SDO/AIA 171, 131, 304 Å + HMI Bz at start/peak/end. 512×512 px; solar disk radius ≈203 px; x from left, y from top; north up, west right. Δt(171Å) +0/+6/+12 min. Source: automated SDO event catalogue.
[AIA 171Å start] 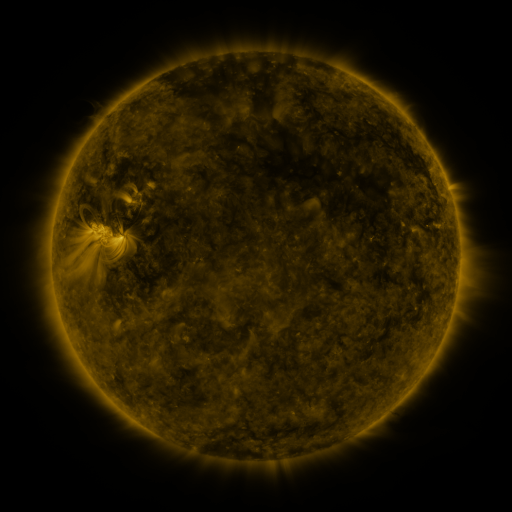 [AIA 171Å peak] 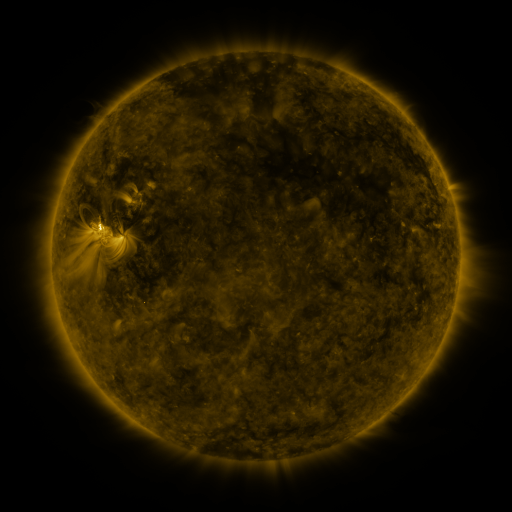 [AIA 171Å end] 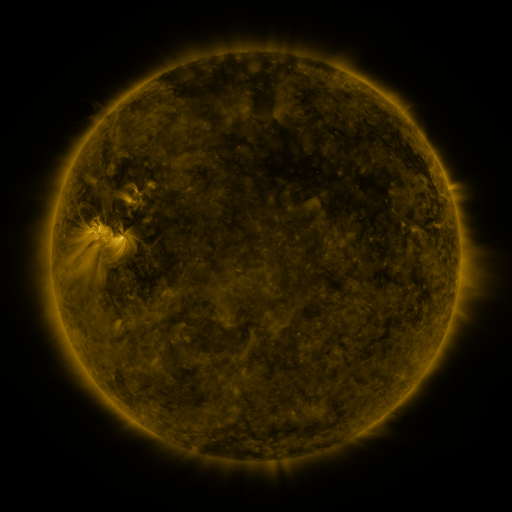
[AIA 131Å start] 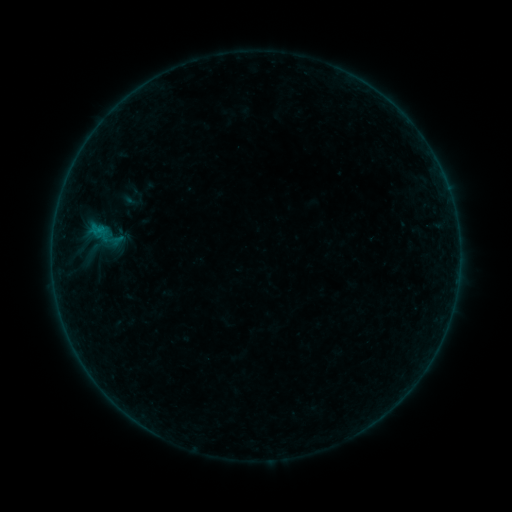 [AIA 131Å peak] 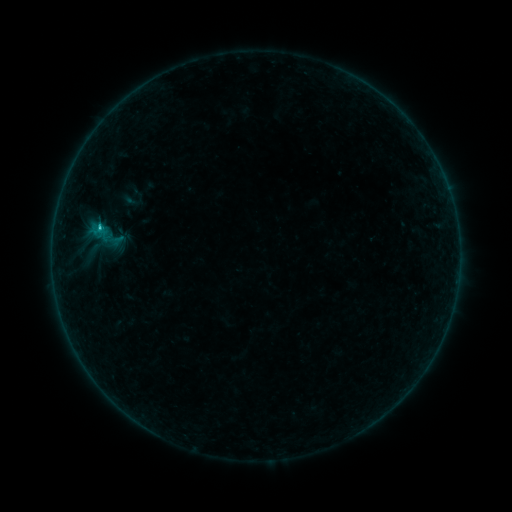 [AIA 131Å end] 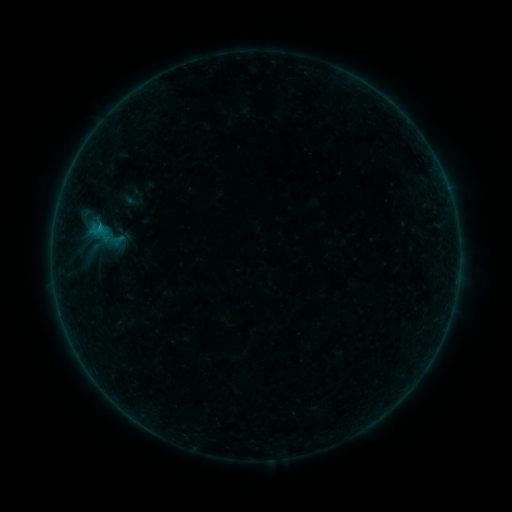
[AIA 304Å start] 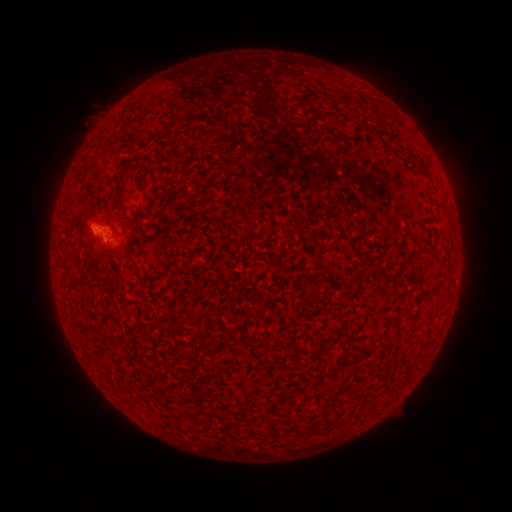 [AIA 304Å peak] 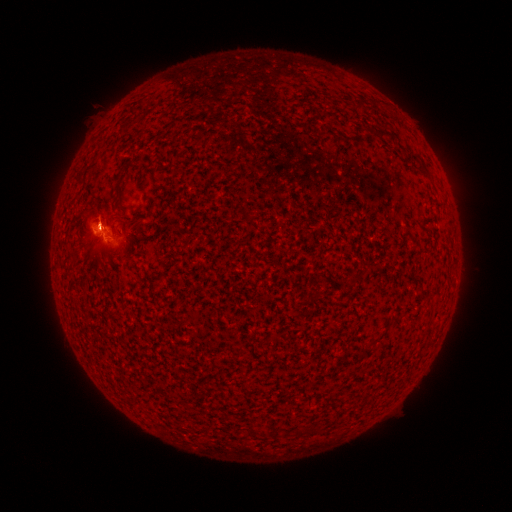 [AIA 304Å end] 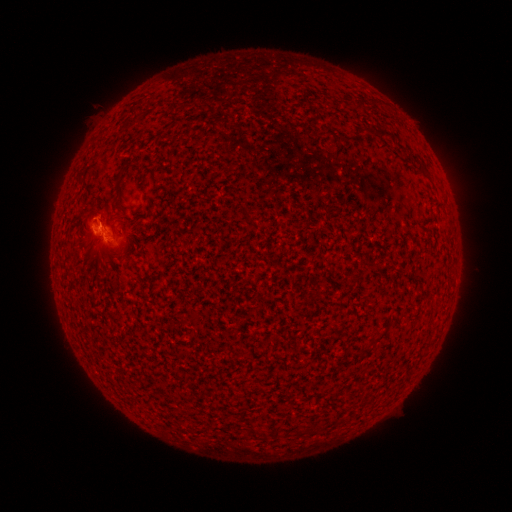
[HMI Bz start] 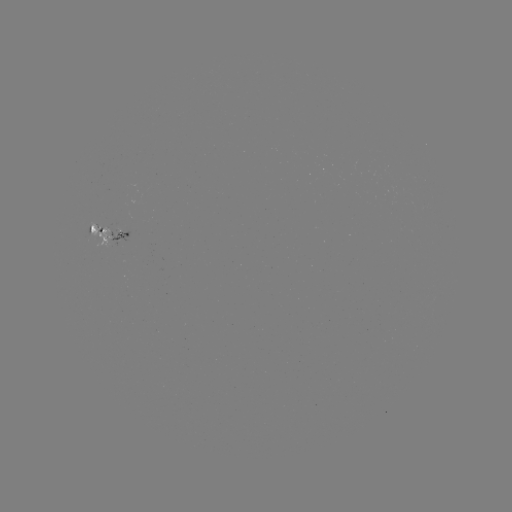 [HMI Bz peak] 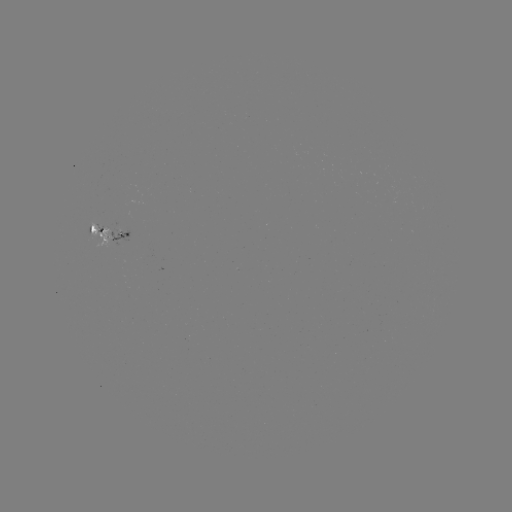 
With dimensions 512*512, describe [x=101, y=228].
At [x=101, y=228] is B6.8 flare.